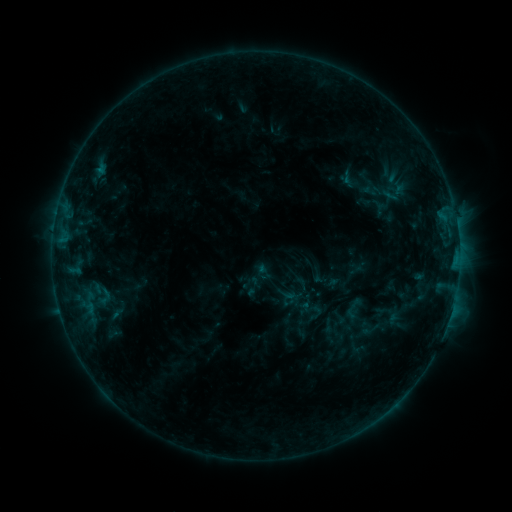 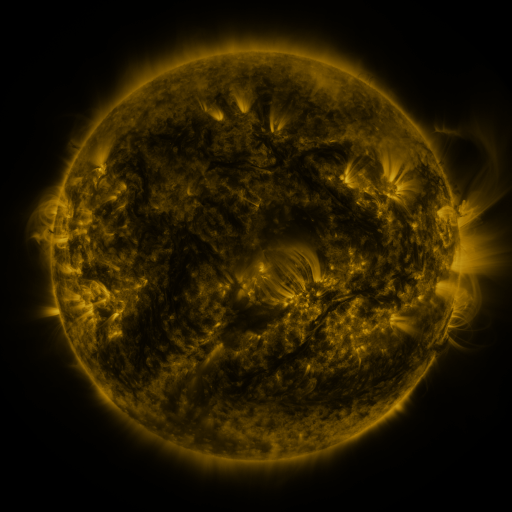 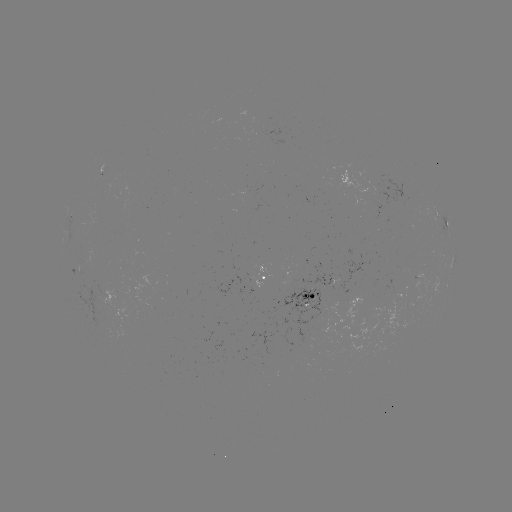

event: sigmoid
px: (100, 295)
